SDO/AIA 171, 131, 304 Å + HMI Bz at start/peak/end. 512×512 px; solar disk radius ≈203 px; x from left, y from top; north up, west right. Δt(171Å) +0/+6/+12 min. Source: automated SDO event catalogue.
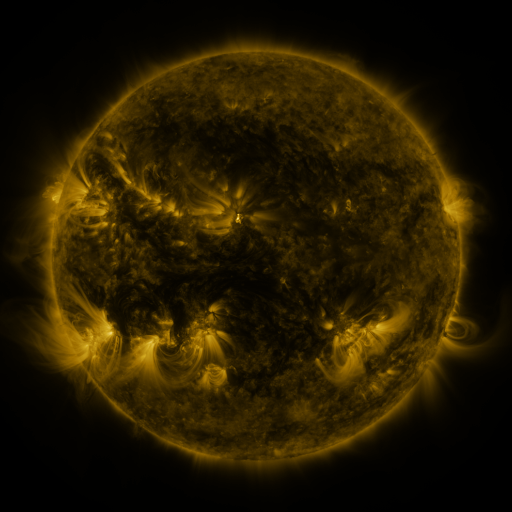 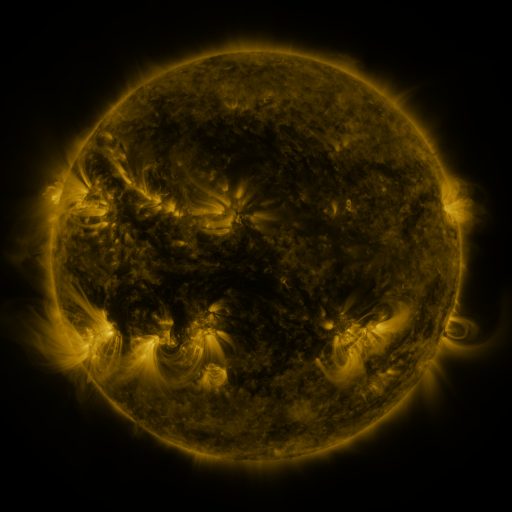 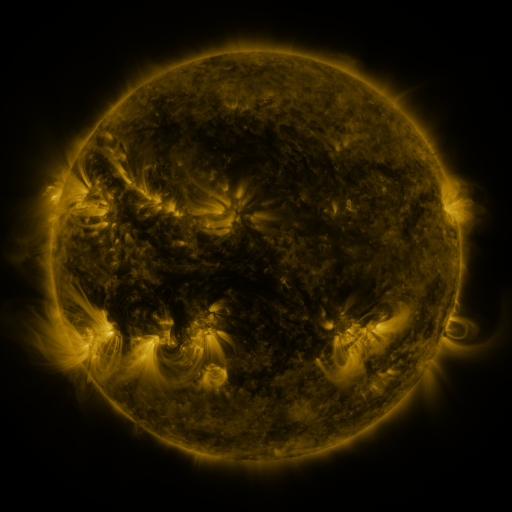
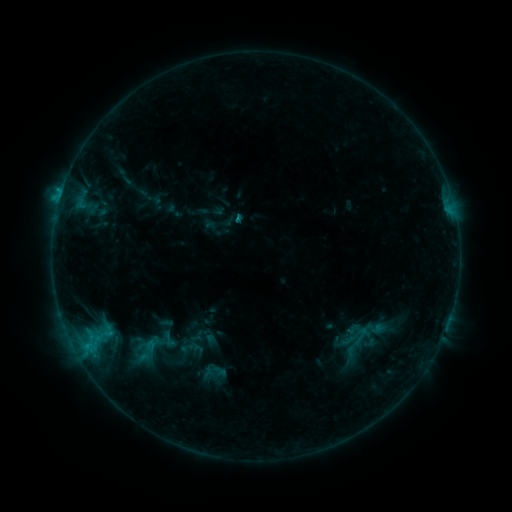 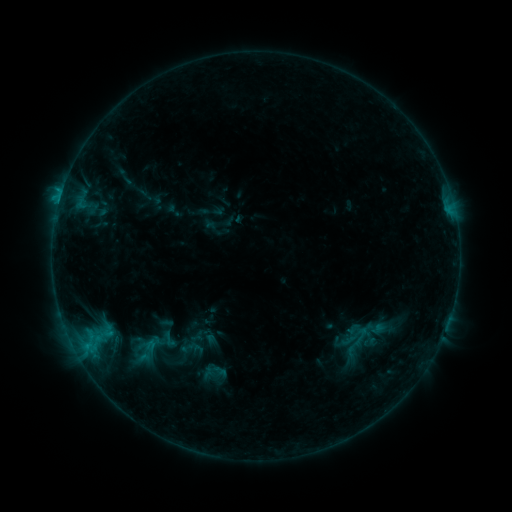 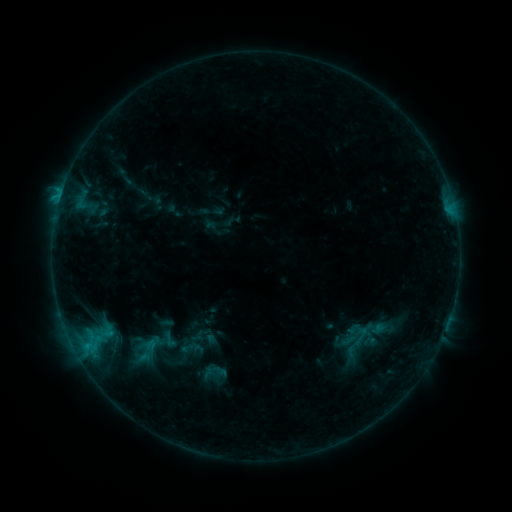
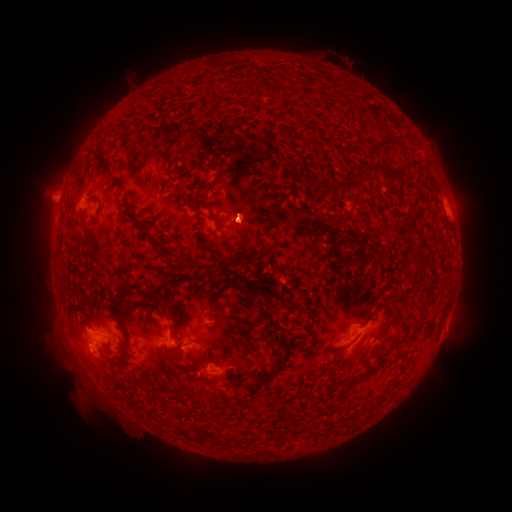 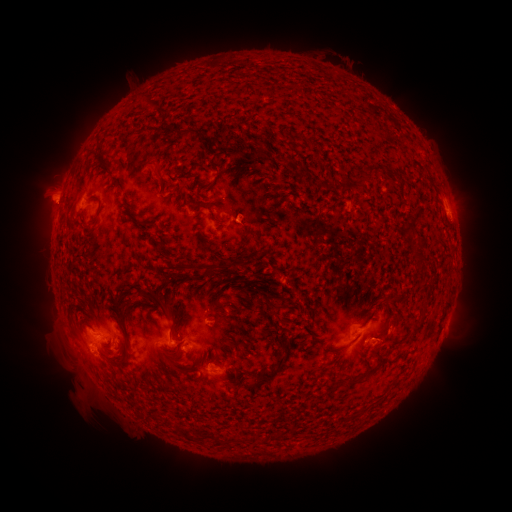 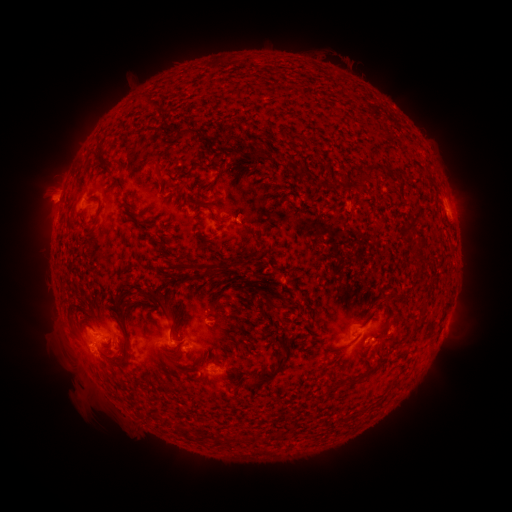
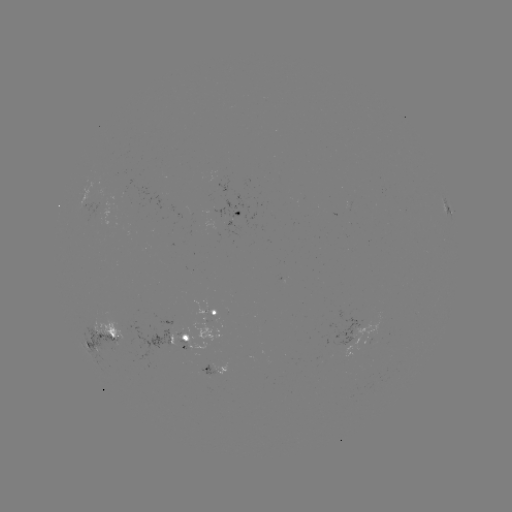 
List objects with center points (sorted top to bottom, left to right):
eruption: (52, 205)
